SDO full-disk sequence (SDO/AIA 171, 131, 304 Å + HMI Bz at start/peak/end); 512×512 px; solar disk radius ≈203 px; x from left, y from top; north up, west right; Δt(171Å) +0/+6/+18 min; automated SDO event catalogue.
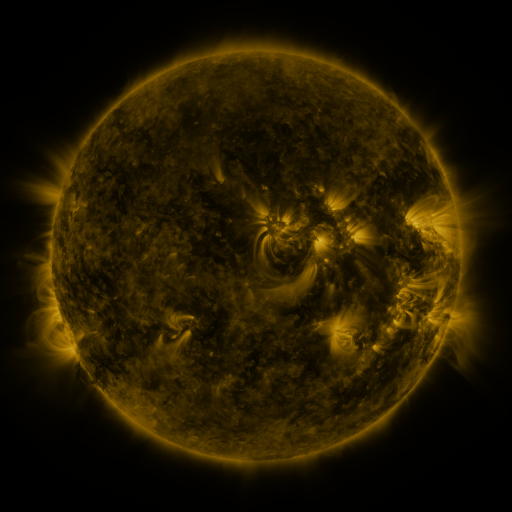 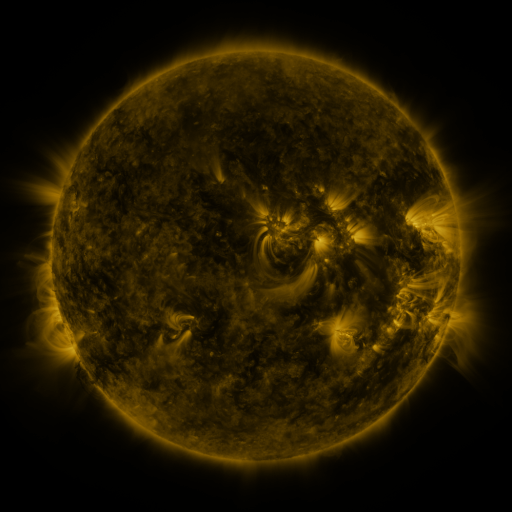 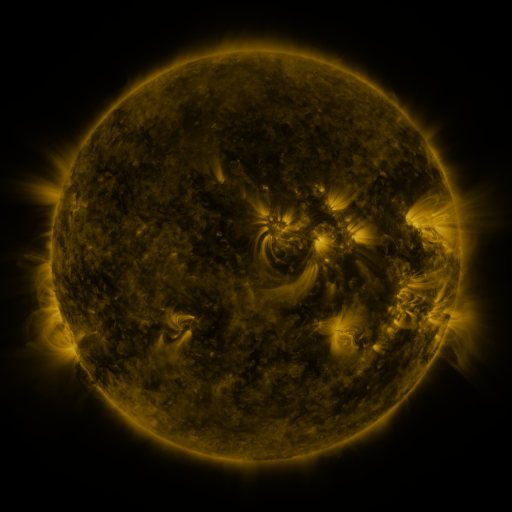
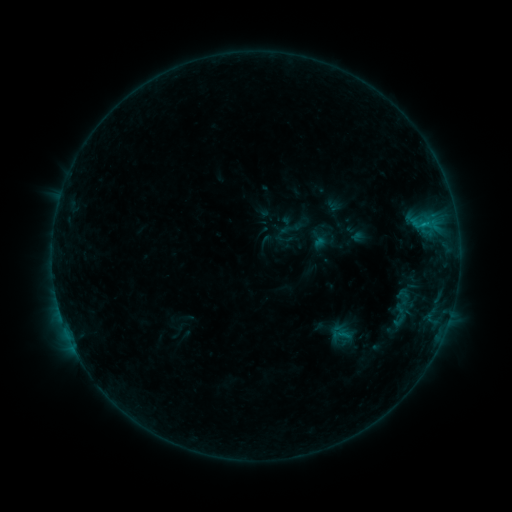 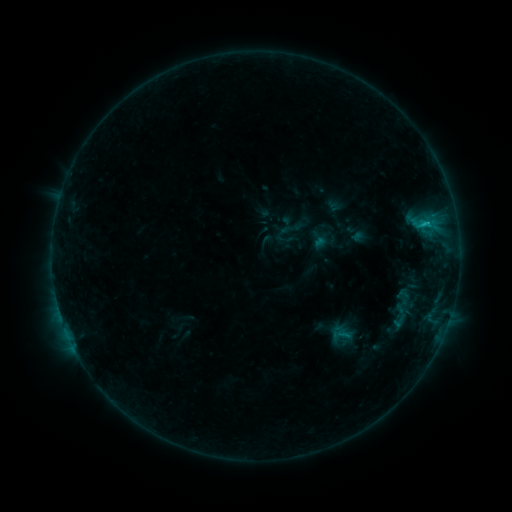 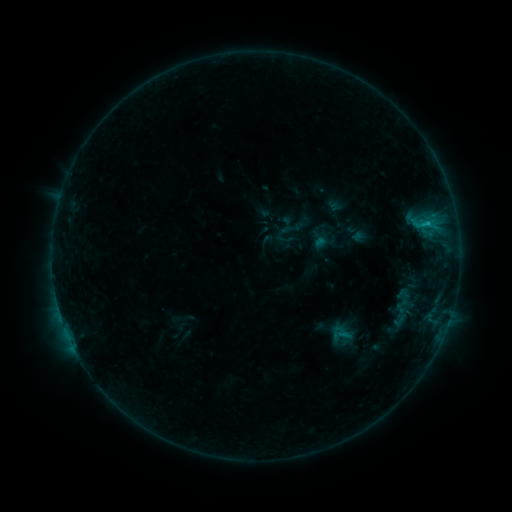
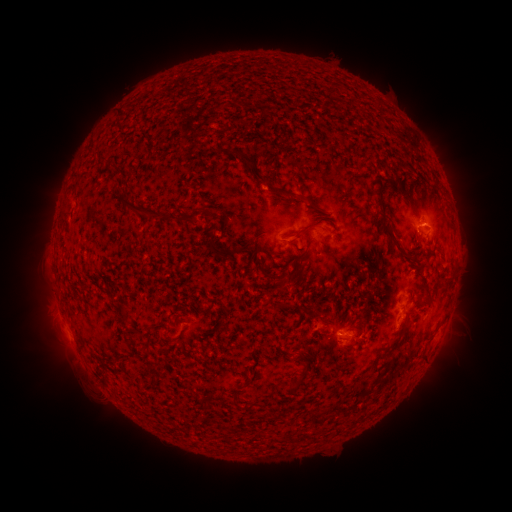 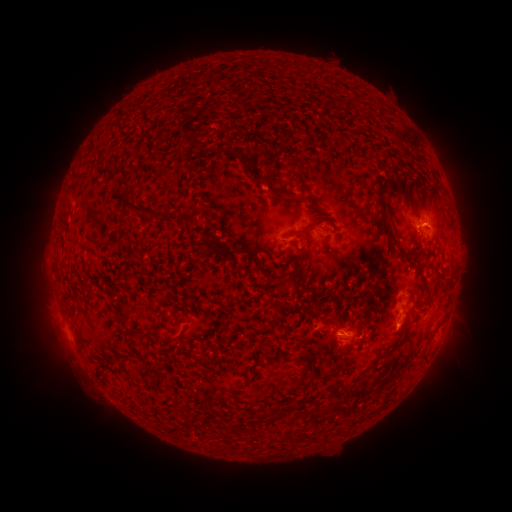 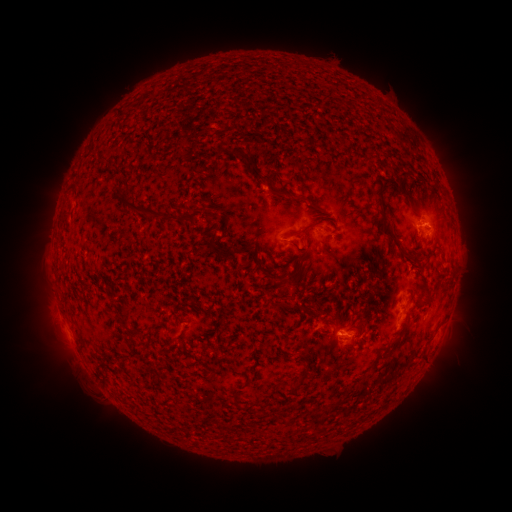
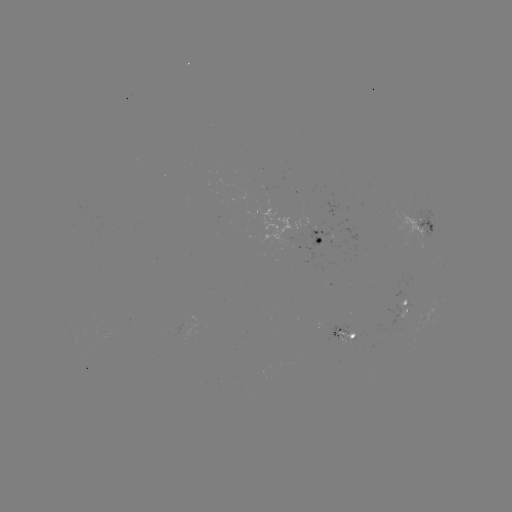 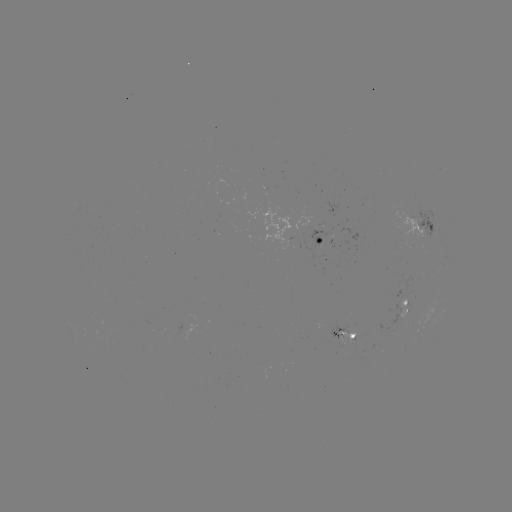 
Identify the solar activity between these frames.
B8.8 flare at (426, 226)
